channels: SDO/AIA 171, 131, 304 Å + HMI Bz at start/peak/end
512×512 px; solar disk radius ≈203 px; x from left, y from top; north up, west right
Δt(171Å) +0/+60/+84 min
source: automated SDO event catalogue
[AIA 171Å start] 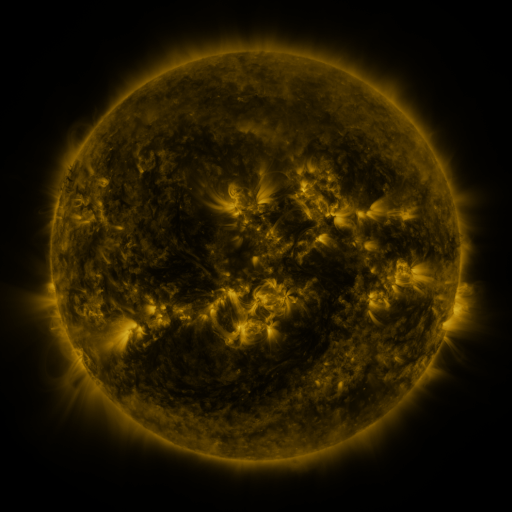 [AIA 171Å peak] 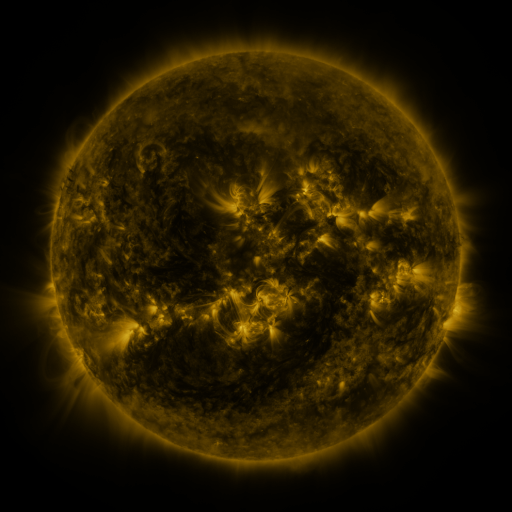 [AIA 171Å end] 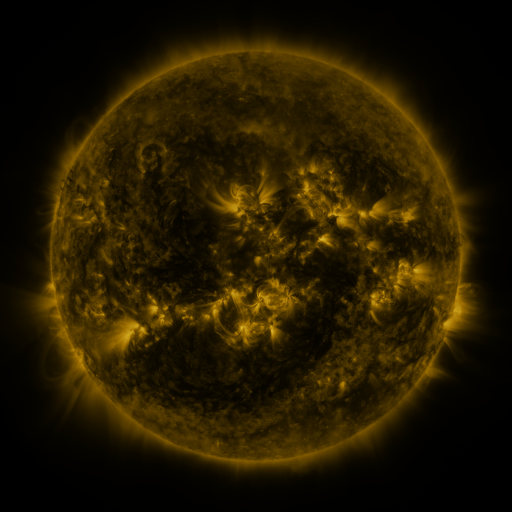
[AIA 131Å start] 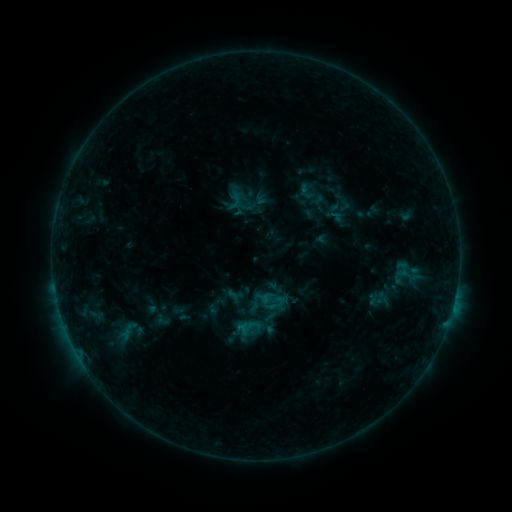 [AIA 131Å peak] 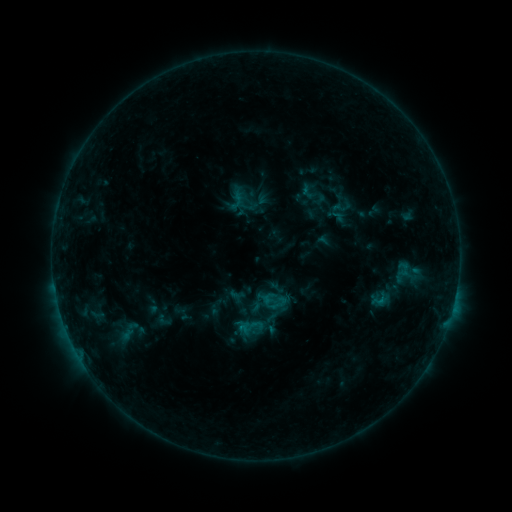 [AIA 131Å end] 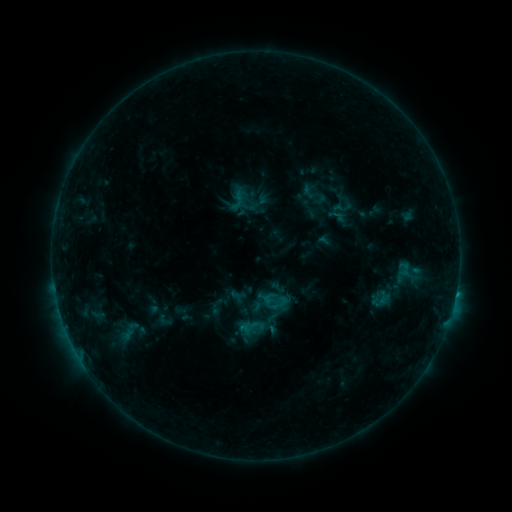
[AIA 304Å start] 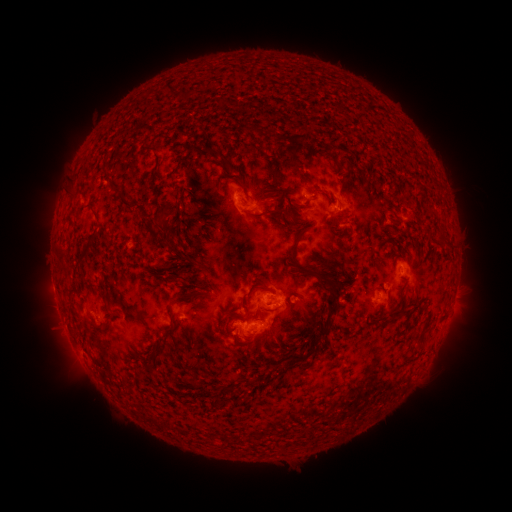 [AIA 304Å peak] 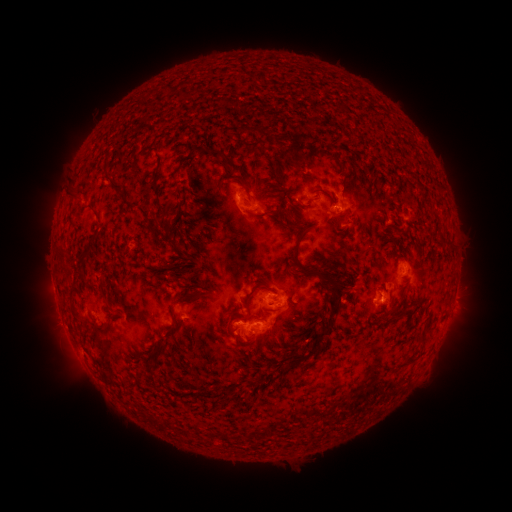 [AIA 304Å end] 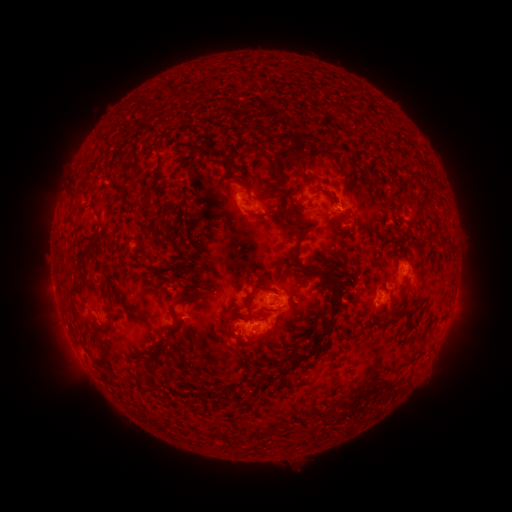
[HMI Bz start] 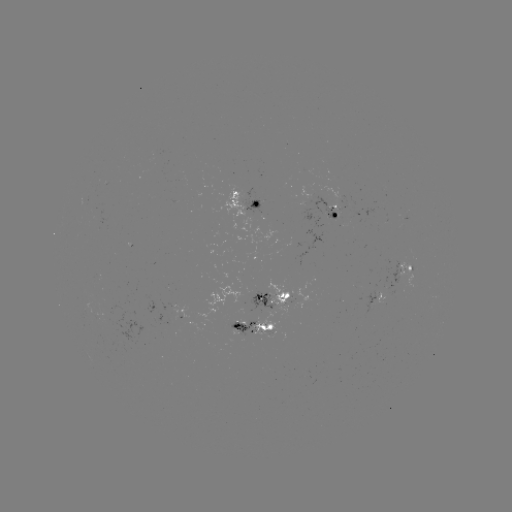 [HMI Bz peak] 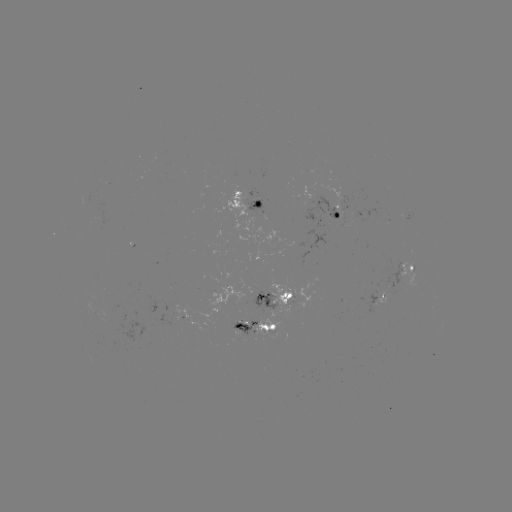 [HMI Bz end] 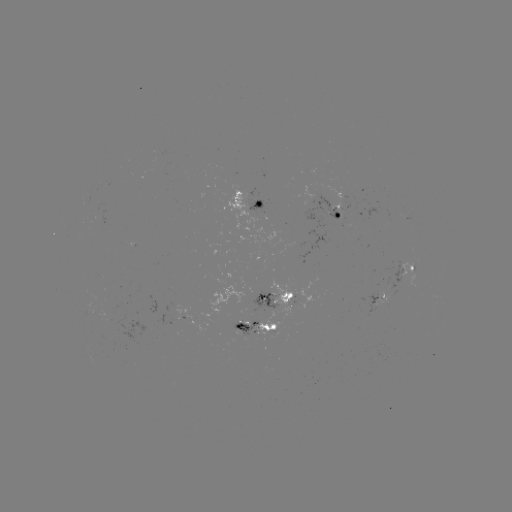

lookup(emerging-flux region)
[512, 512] [252, 305]